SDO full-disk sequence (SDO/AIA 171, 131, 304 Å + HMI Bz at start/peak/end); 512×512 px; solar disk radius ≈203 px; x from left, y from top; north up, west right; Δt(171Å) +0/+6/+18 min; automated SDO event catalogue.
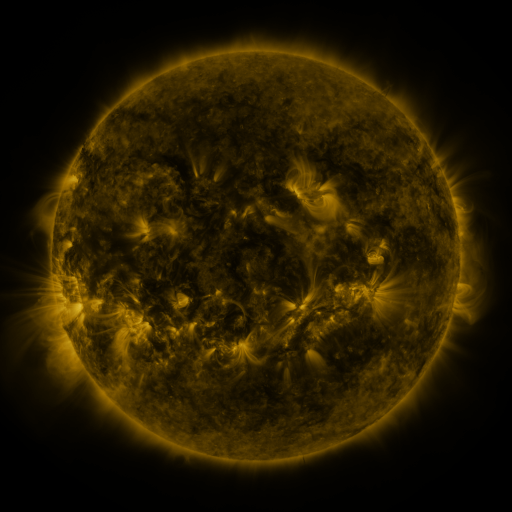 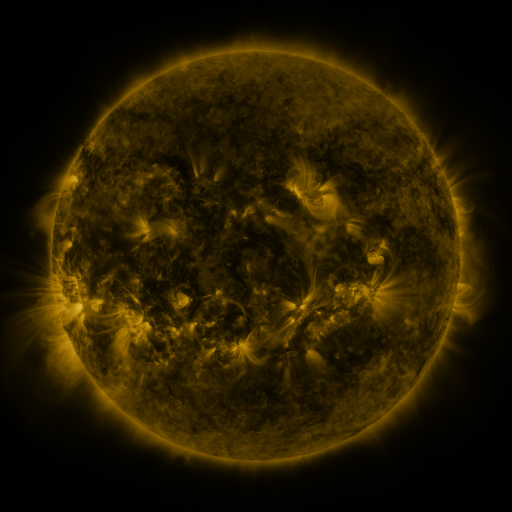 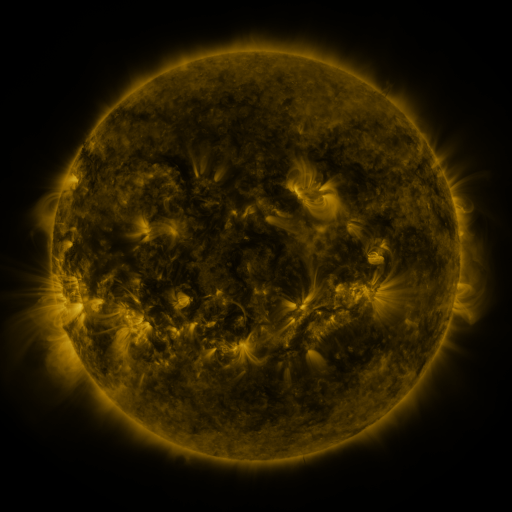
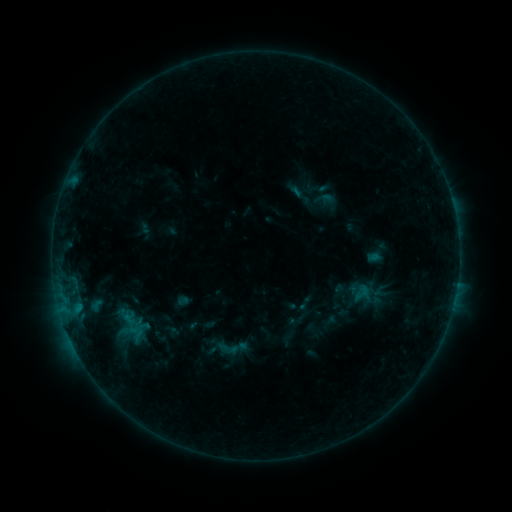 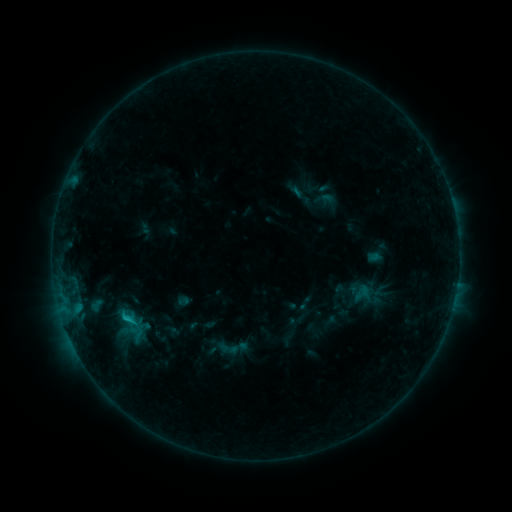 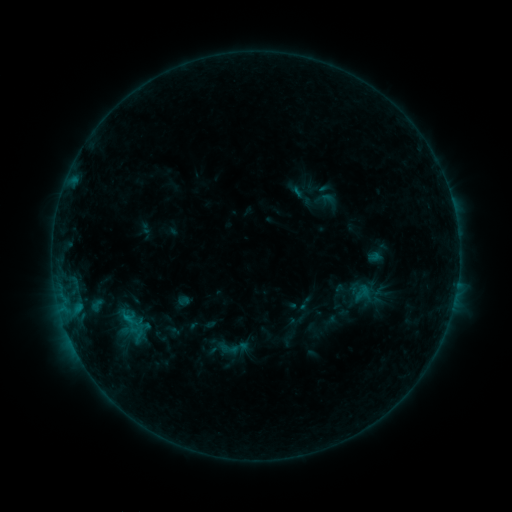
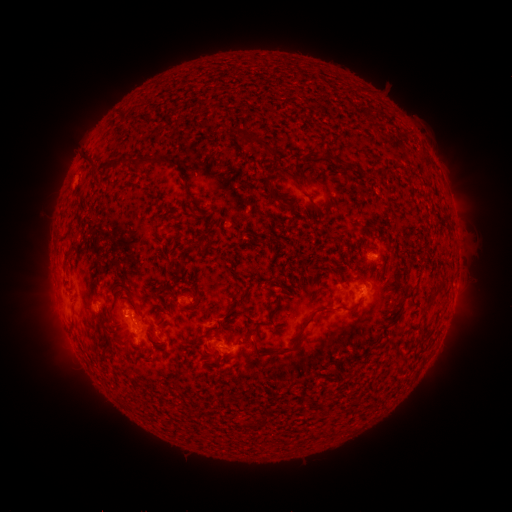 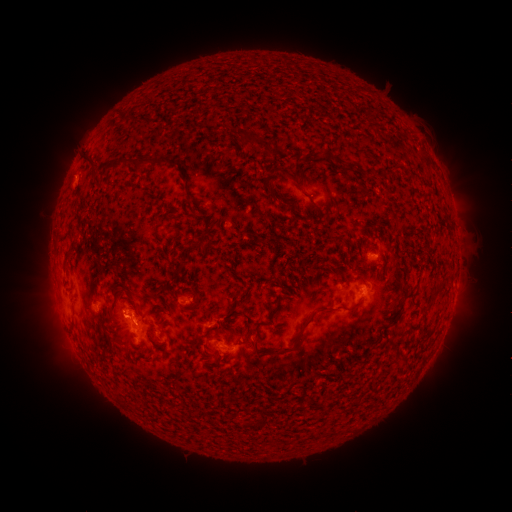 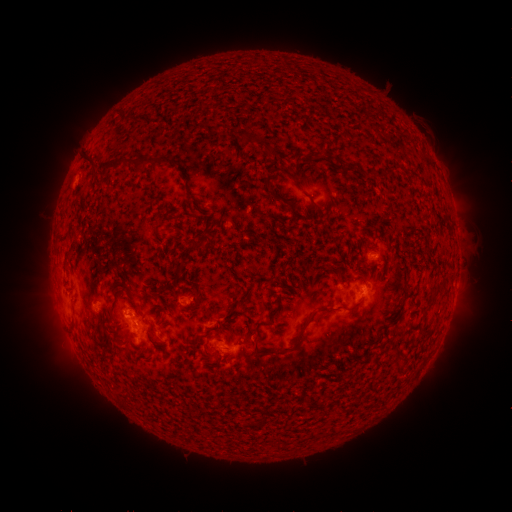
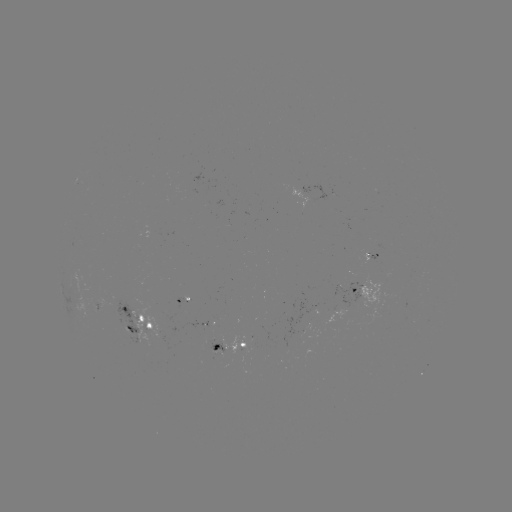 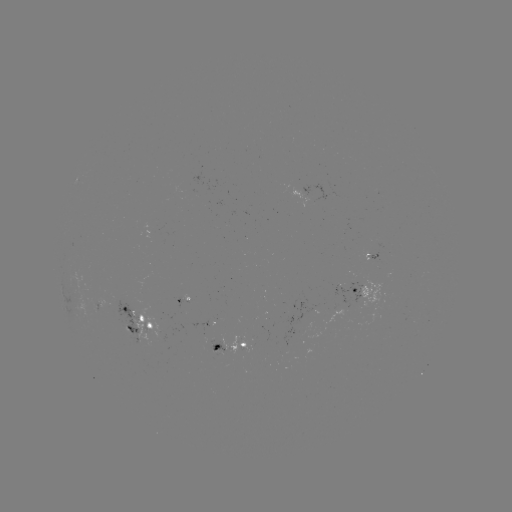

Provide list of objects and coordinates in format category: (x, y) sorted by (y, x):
B8.6 flare: (128, 317)
